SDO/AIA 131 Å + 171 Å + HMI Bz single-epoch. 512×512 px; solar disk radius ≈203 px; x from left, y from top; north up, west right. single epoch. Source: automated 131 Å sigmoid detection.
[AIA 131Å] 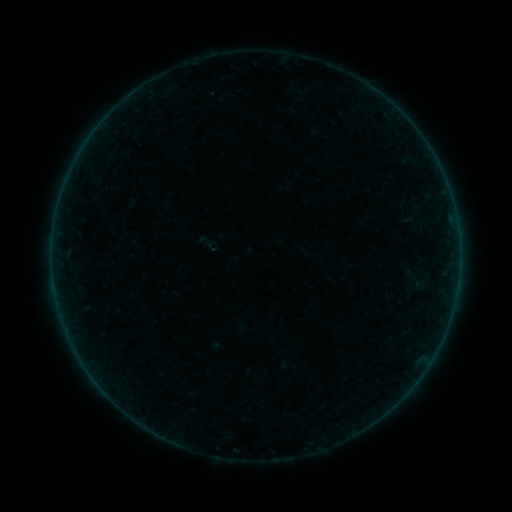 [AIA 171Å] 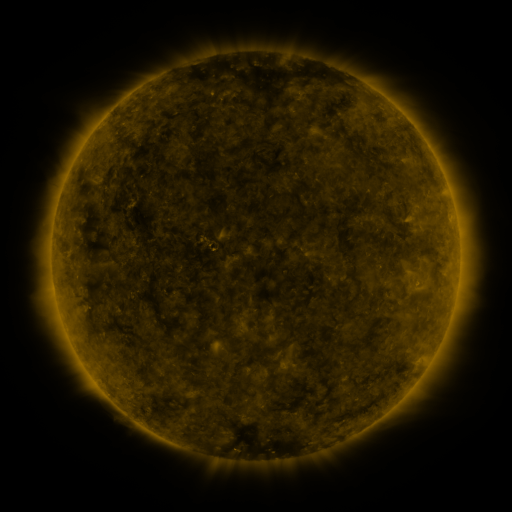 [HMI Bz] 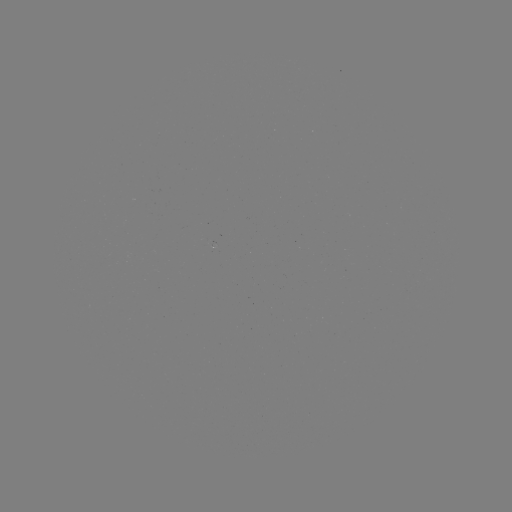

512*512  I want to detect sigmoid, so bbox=[197, 232, 221, 256].